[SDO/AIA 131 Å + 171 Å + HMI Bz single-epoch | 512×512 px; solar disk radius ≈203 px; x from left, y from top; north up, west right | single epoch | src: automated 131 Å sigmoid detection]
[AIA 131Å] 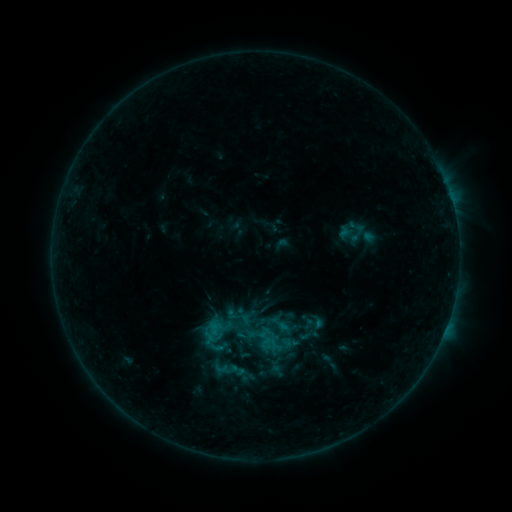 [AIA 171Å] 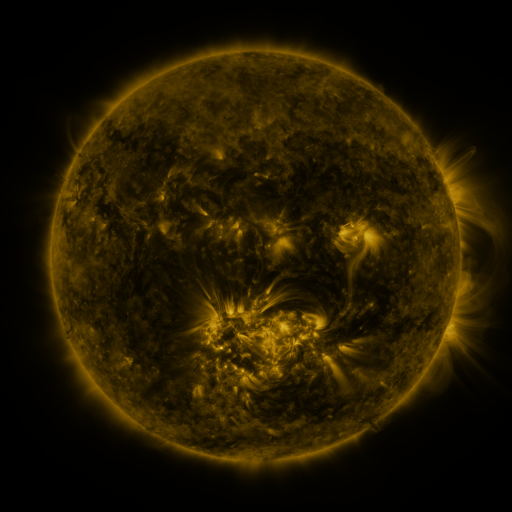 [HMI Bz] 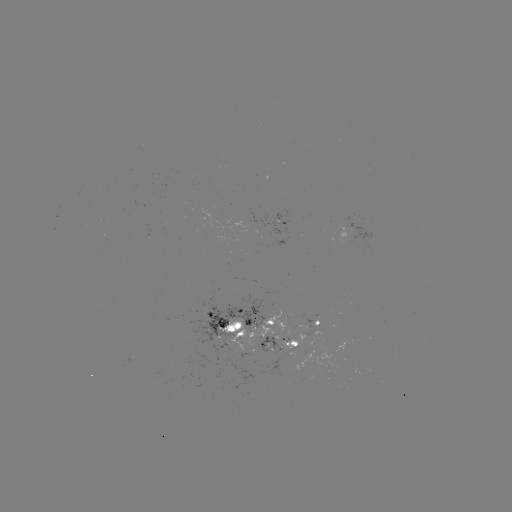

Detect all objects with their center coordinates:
sigmoid: (353, 232)
sigmoid: (314, 322)
sigmoid: (308, 335)
sigmoid: (236, 370)
